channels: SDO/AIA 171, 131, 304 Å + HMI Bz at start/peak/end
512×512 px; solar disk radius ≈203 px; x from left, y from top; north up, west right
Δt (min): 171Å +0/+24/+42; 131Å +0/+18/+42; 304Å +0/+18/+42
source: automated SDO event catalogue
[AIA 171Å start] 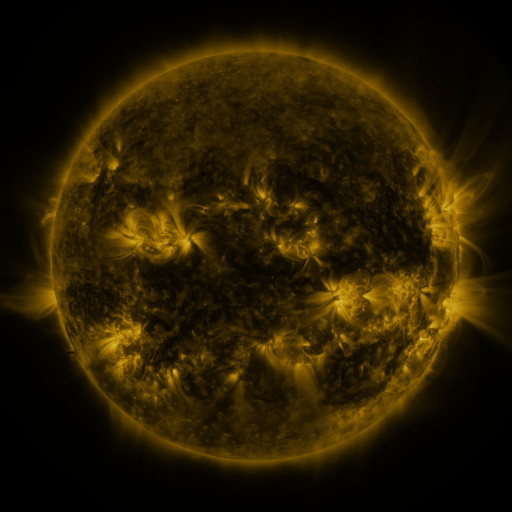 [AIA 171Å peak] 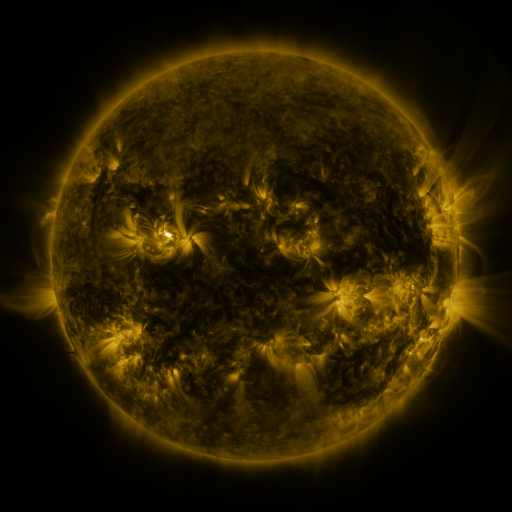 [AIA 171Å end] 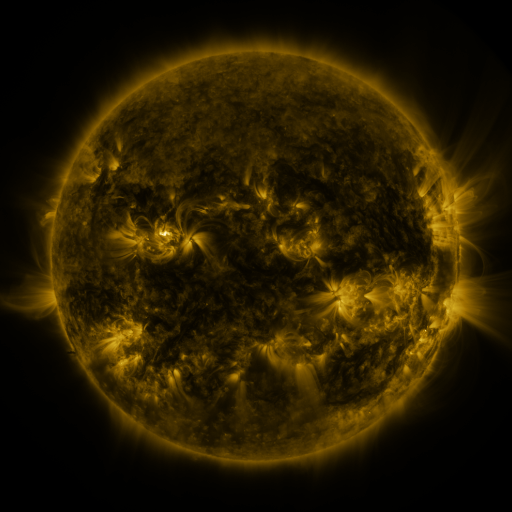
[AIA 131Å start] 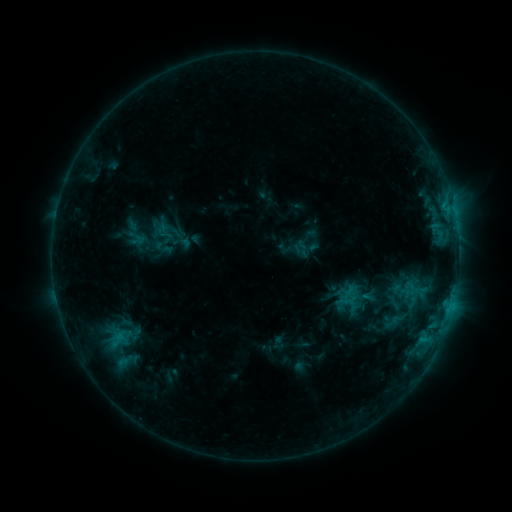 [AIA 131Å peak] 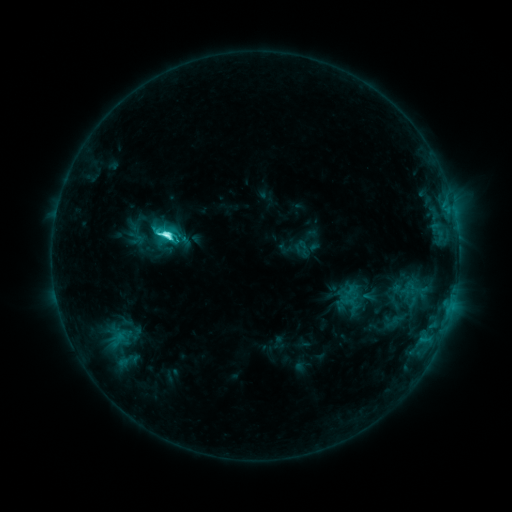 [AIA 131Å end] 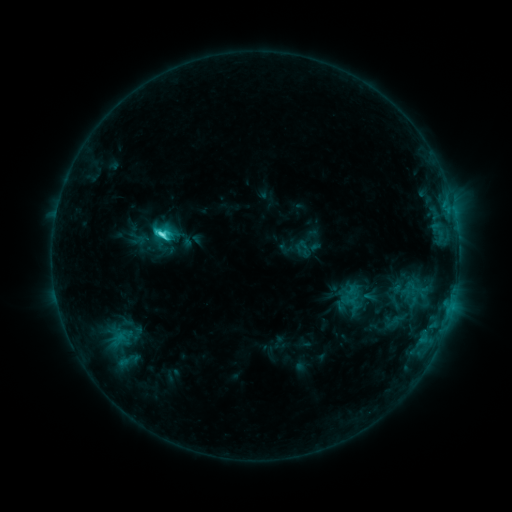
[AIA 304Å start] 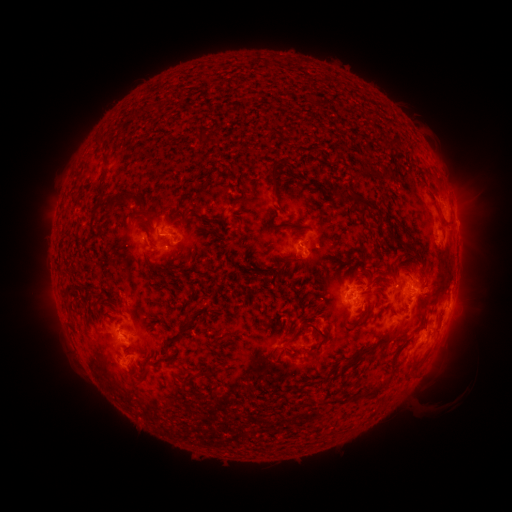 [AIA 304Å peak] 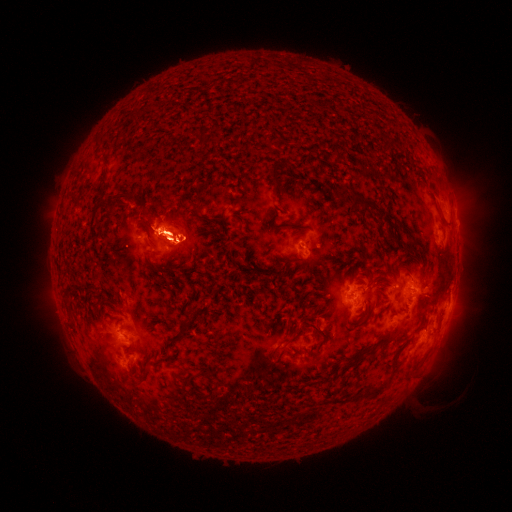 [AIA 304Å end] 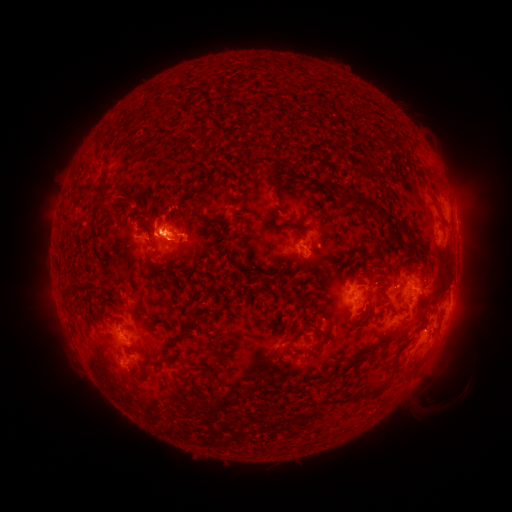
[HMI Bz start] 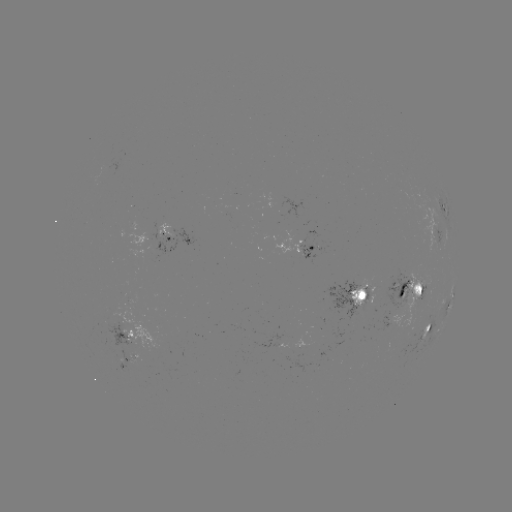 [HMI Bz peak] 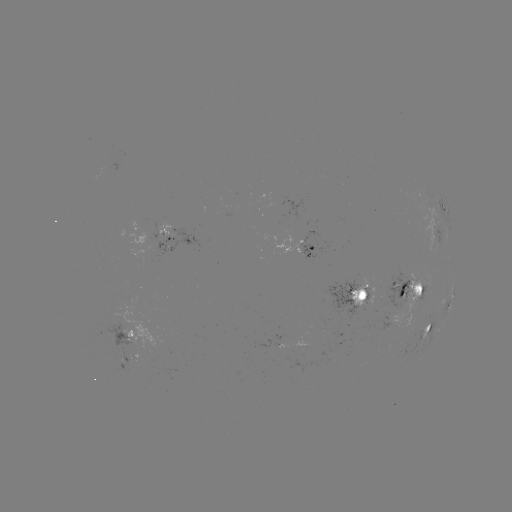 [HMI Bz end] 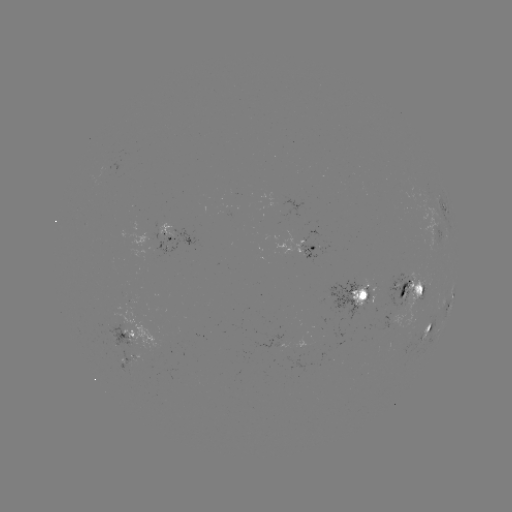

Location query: C7.4 flare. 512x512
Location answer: (167, 236).